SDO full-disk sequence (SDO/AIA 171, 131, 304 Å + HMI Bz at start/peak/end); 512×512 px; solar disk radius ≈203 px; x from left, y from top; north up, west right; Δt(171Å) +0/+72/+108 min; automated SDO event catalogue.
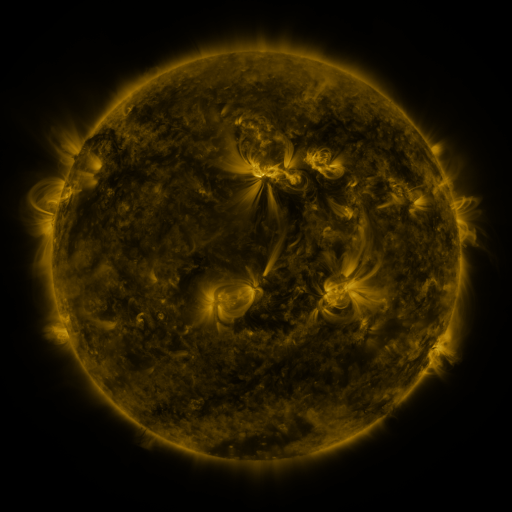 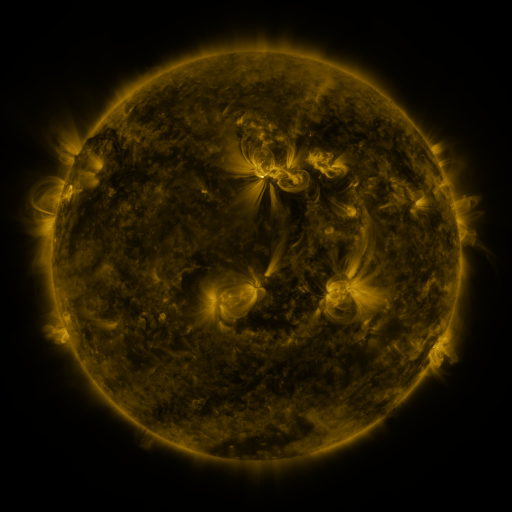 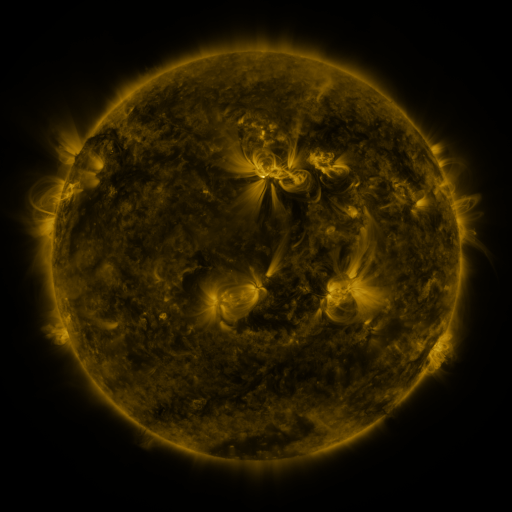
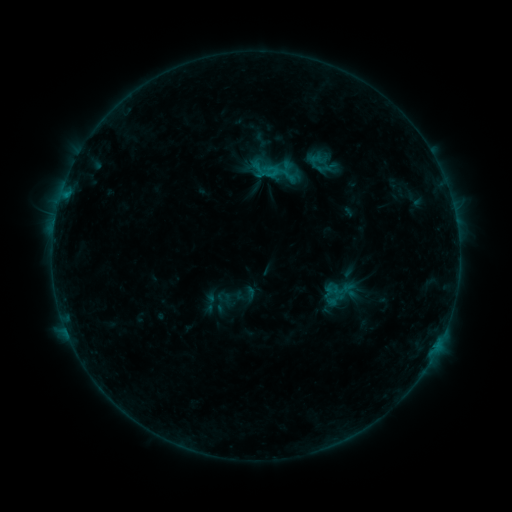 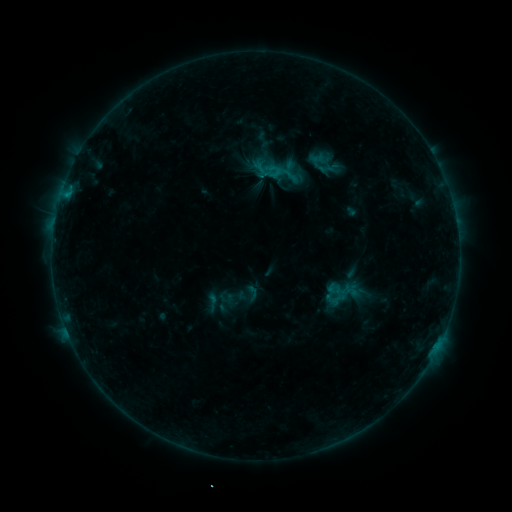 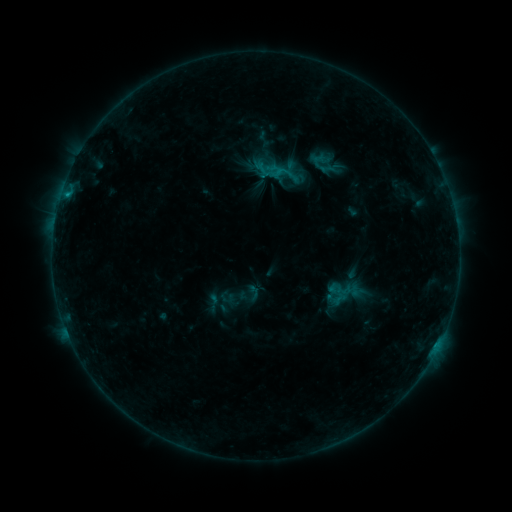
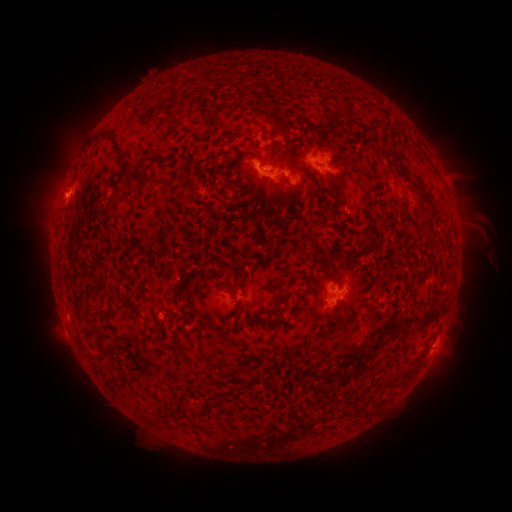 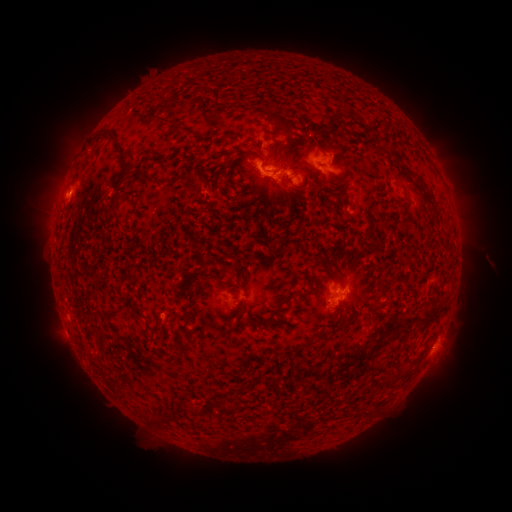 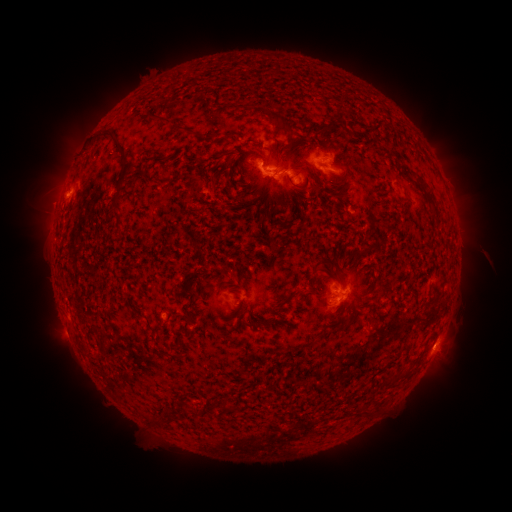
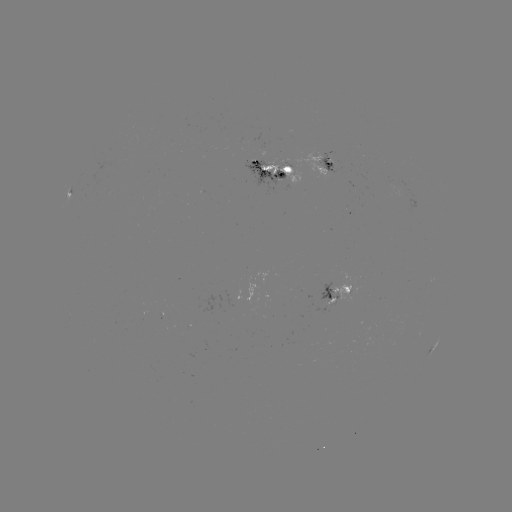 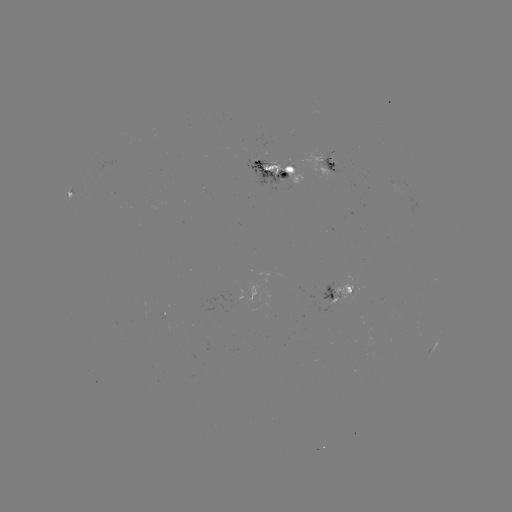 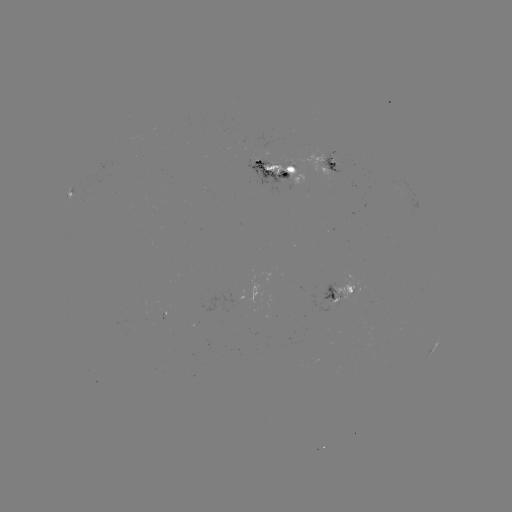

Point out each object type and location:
emerging-flux region: (328, 302)
